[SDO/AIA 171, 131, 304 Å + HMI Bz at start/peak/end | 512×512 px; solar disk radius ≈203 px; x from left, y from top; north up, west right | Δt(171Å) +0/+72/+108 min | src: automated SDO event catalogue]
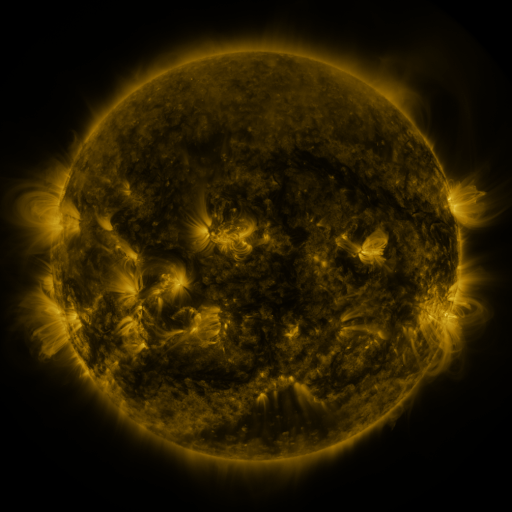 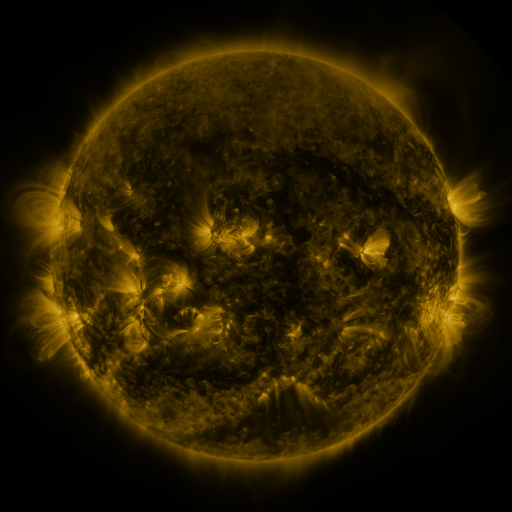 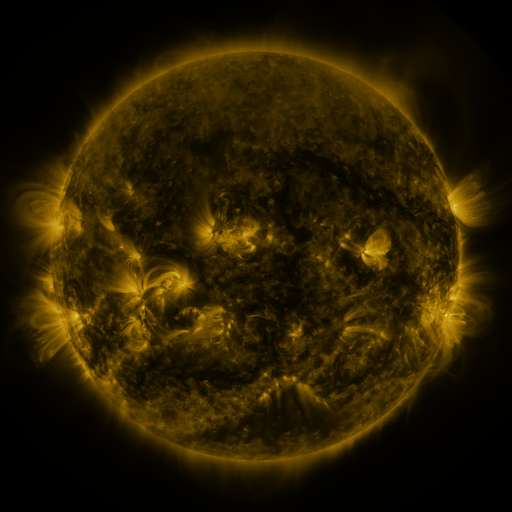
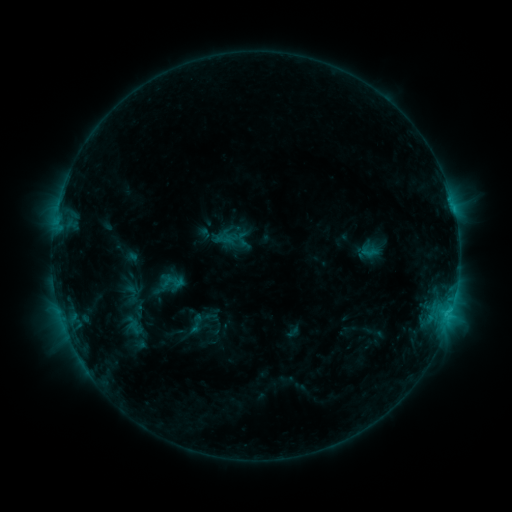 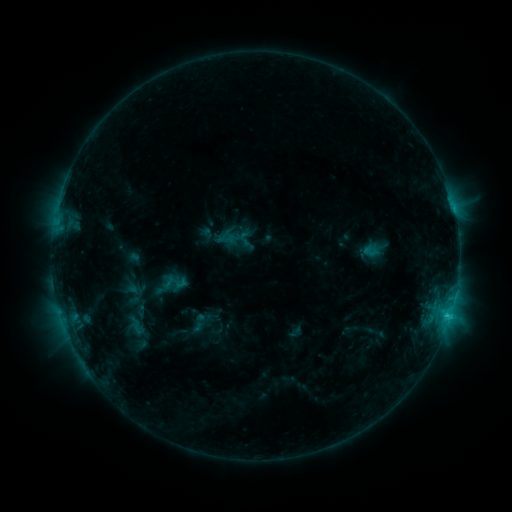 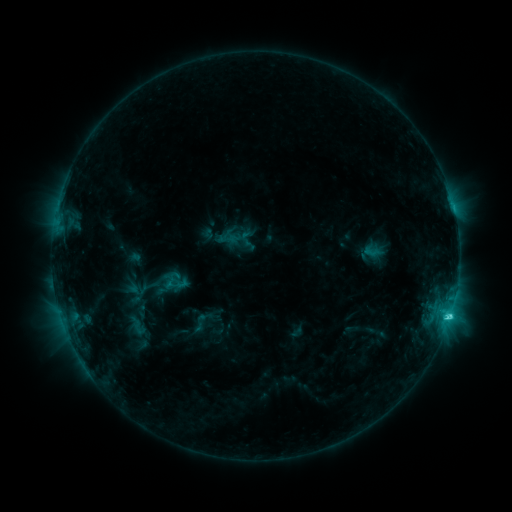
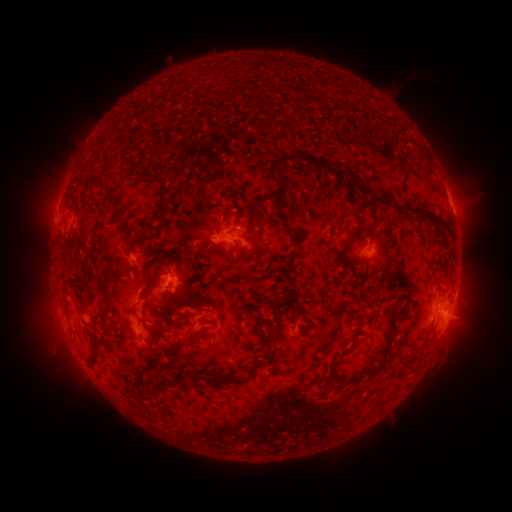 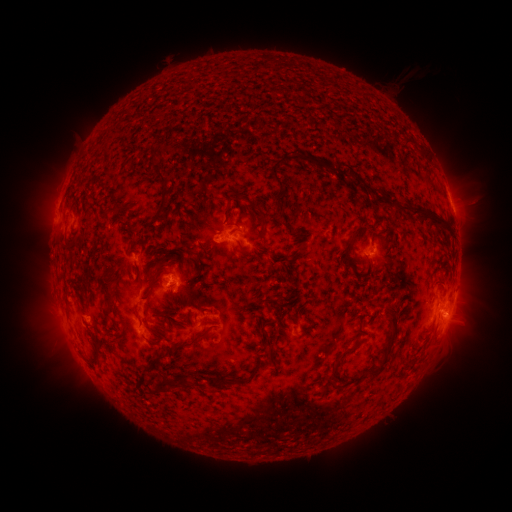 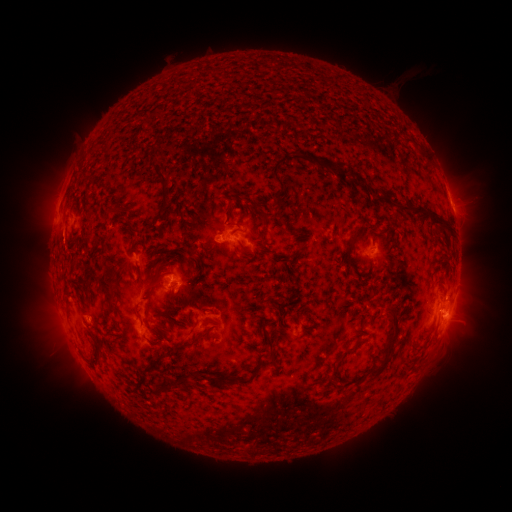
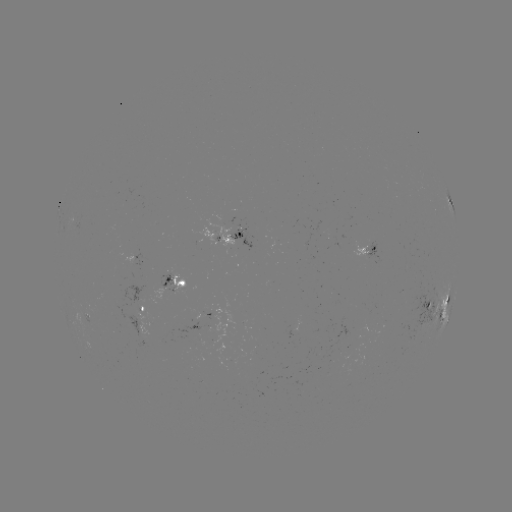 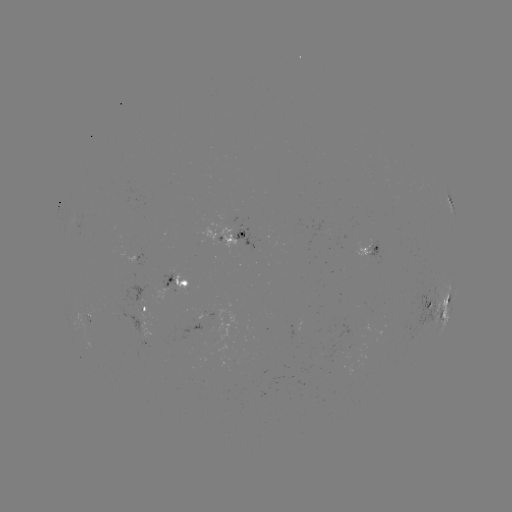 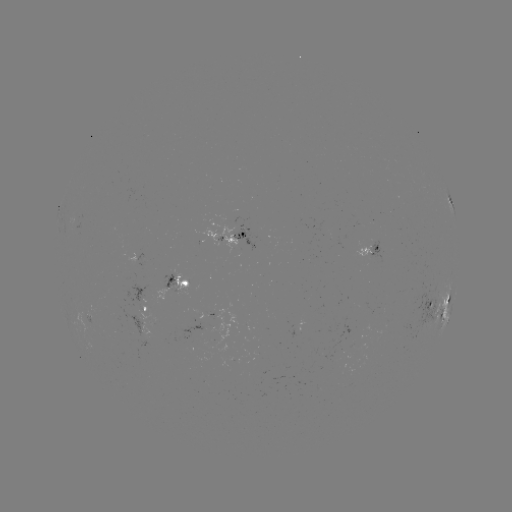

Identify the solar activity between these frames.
emerging-flux region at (371, 254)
